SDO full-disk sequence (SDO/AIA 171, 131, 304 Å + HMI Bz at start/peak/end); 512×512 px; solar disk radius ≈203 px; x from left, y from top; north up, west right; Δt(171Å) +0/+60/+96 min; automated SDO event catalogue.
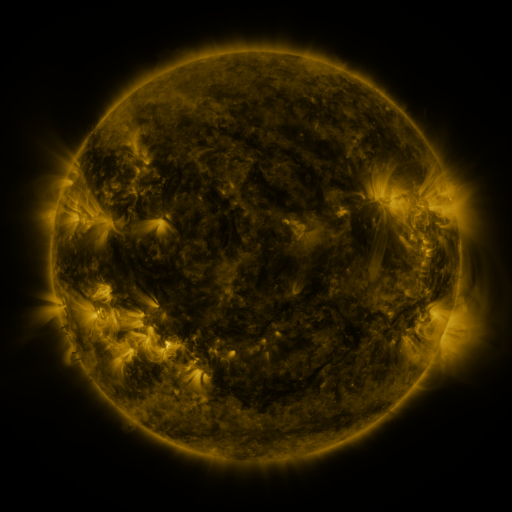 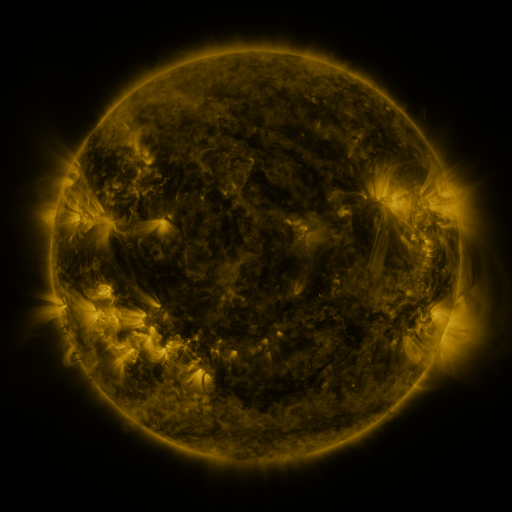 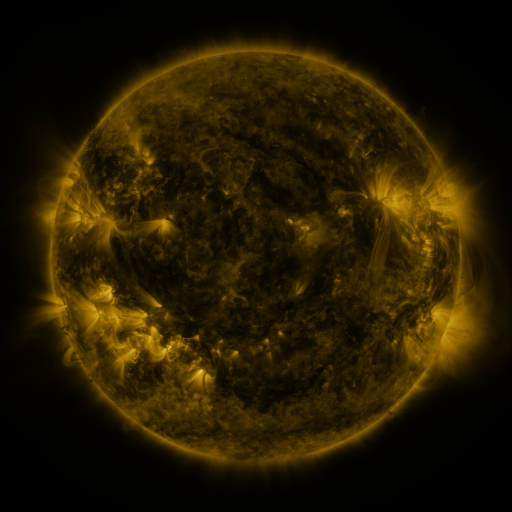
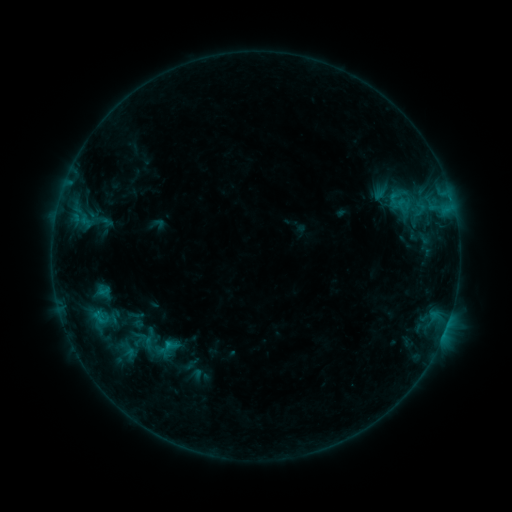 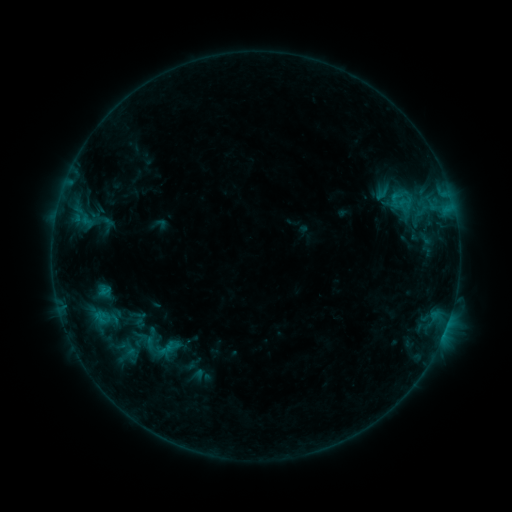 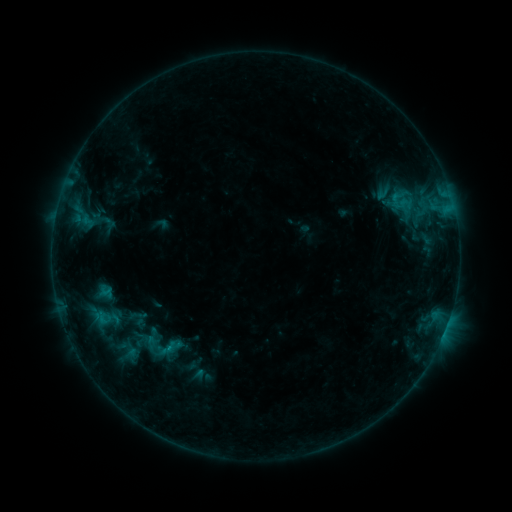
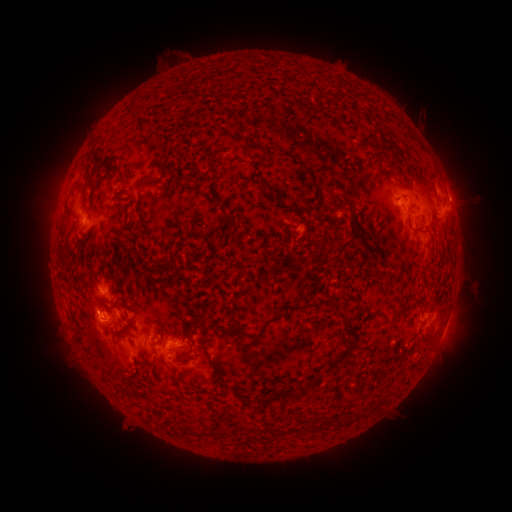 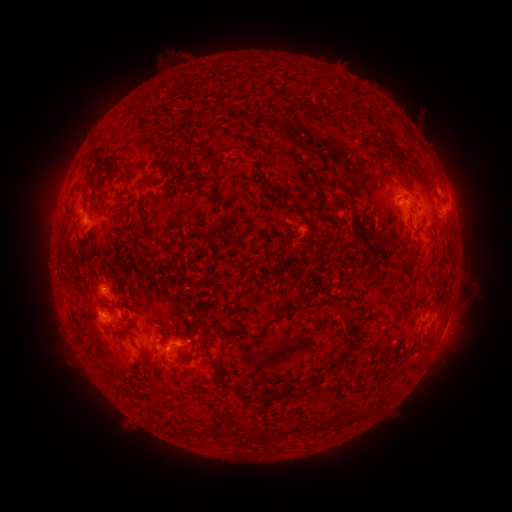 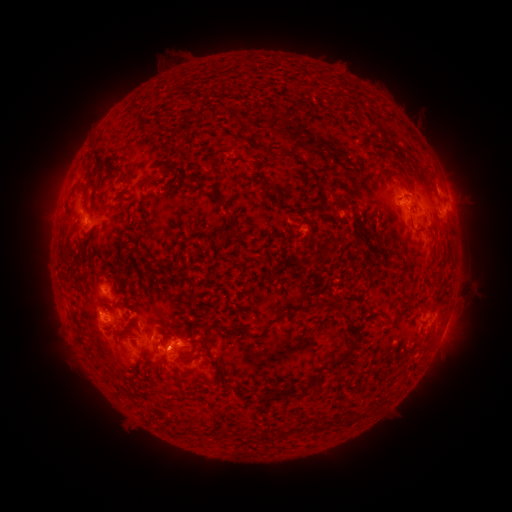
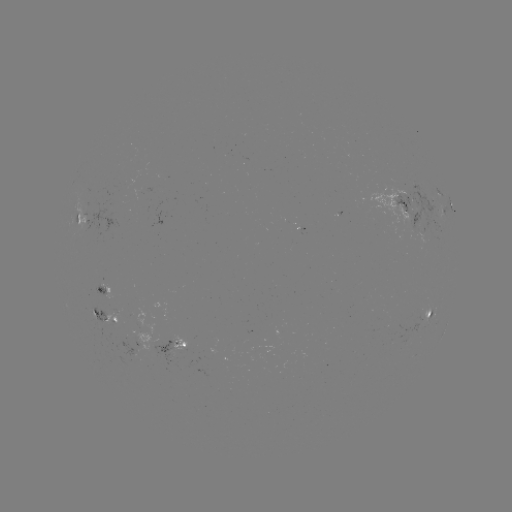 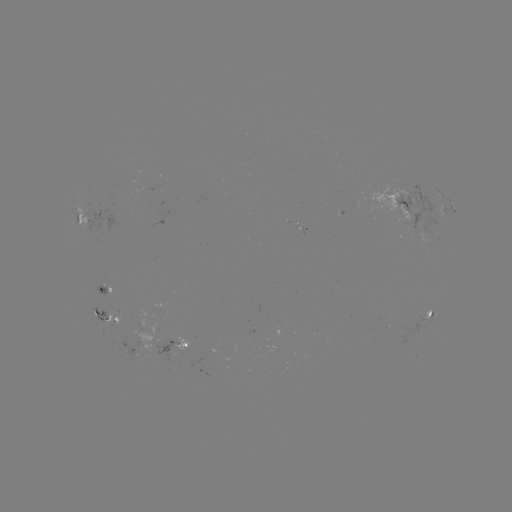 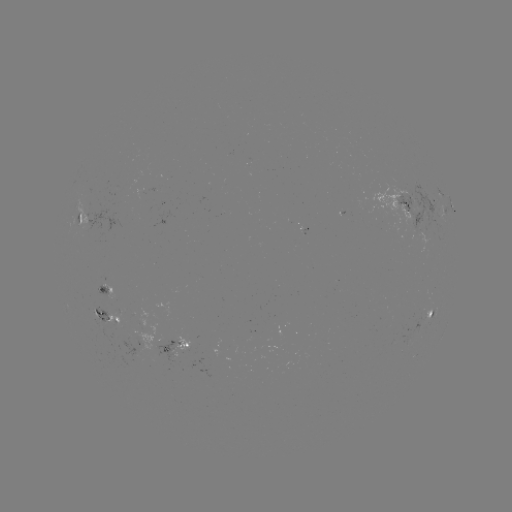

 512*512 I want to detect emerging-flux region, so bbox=[171, 334, 192, 350].